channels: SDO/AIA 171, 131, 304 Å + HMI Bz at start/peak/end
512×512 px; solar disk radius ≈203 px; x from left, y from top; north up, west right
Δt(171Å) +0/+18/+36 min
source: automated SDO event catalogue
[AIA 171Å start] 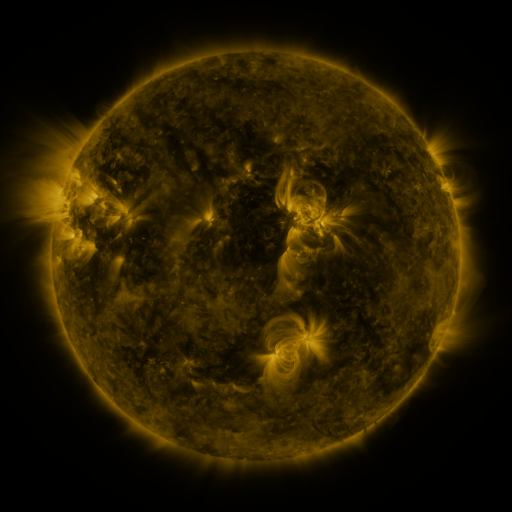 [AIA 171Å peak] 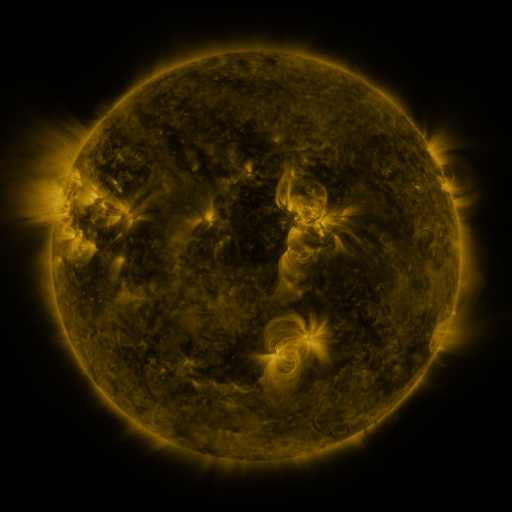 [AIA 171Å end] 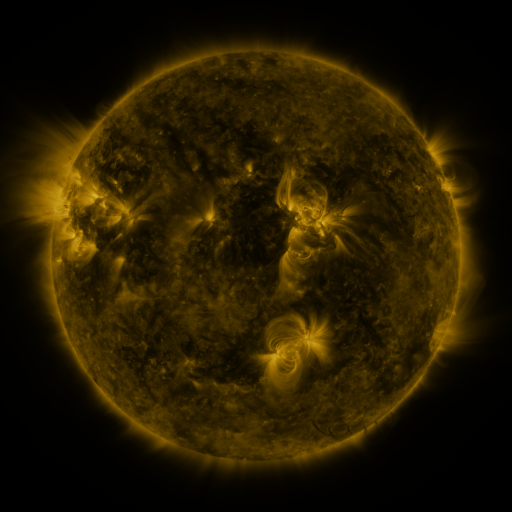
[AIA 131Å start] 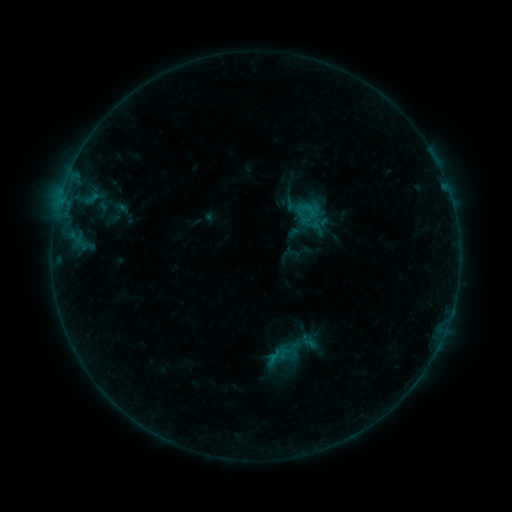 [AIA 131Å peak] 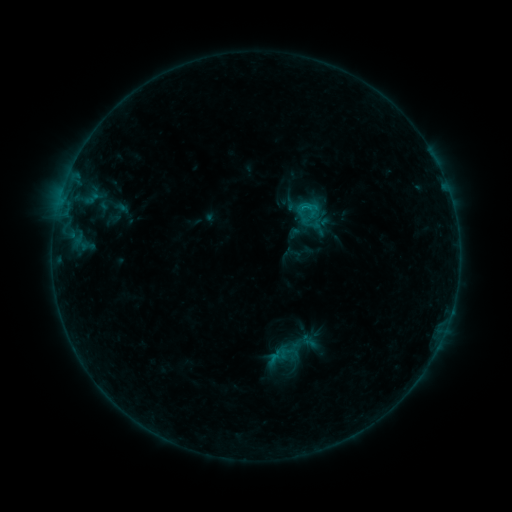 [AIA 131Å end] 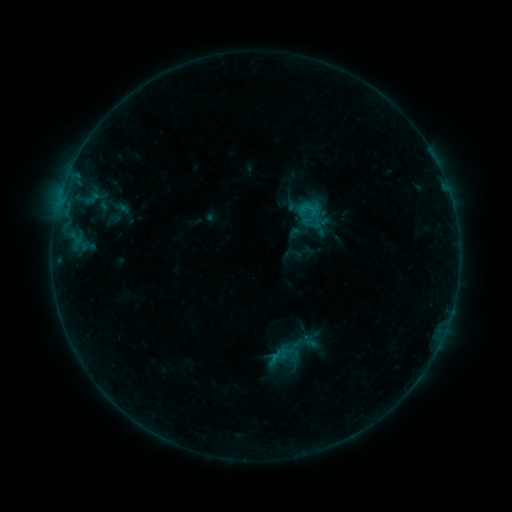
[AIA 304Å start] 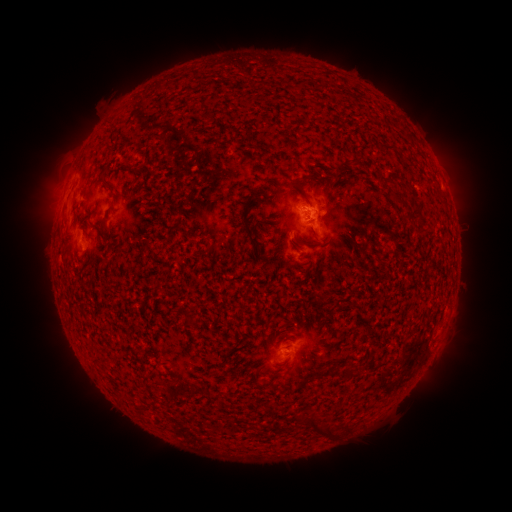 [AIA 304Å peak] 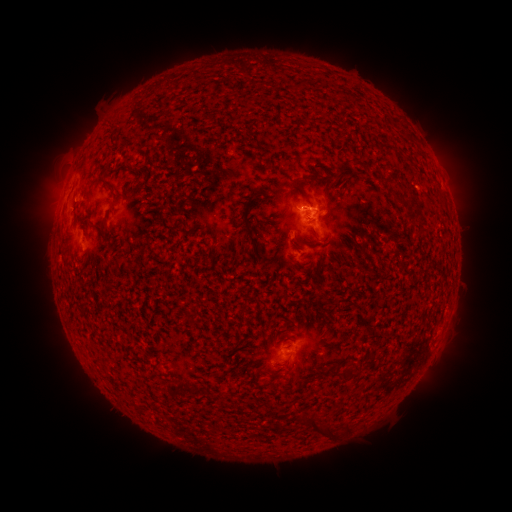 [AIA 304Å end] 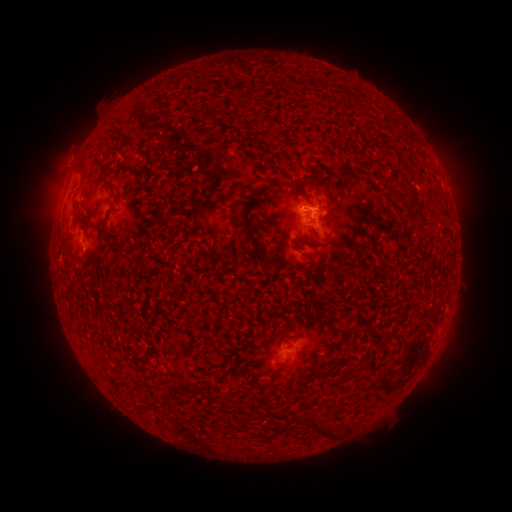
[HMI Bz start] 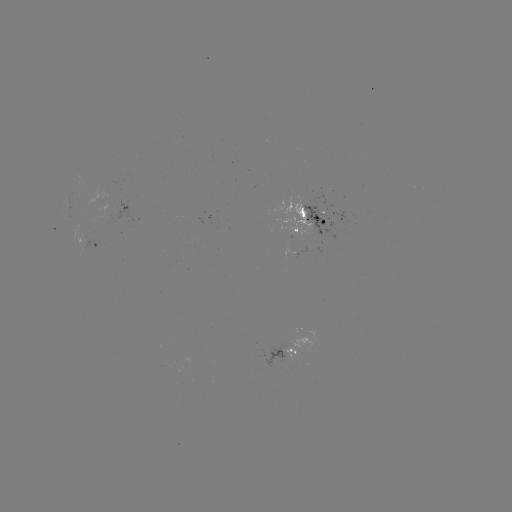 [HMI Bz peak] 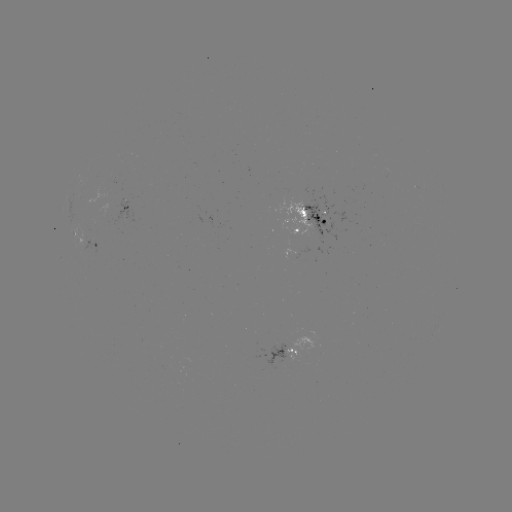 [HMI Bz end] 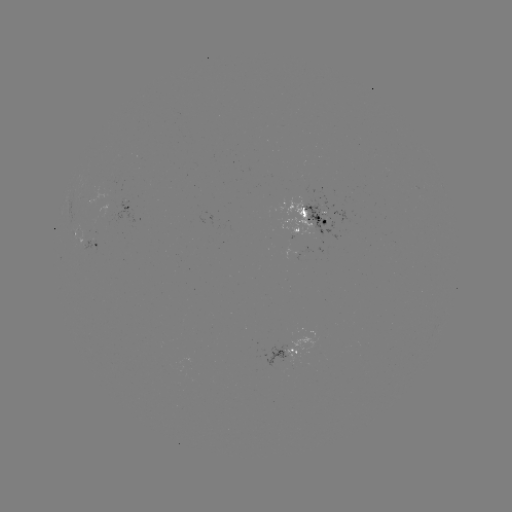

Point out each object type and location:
B5.3 flare: (302, 209)
